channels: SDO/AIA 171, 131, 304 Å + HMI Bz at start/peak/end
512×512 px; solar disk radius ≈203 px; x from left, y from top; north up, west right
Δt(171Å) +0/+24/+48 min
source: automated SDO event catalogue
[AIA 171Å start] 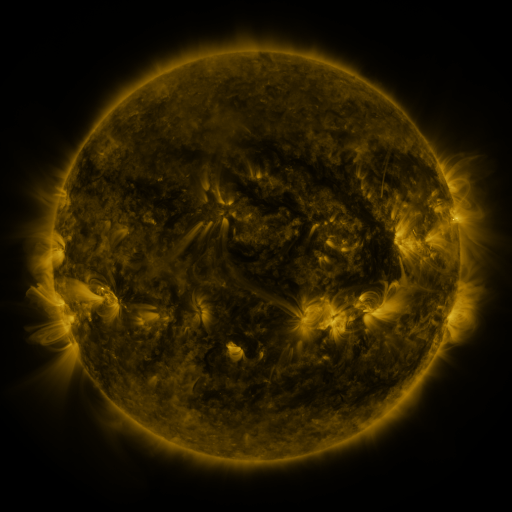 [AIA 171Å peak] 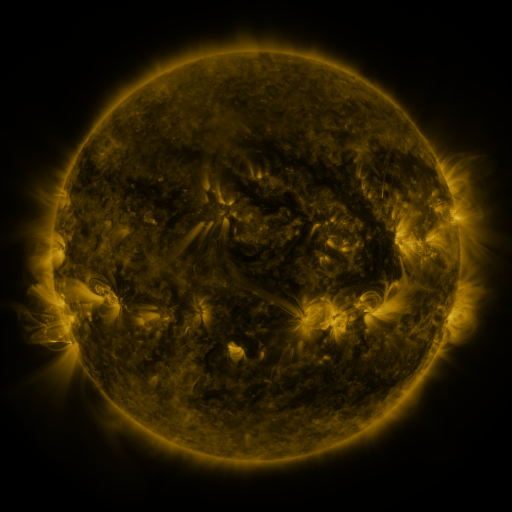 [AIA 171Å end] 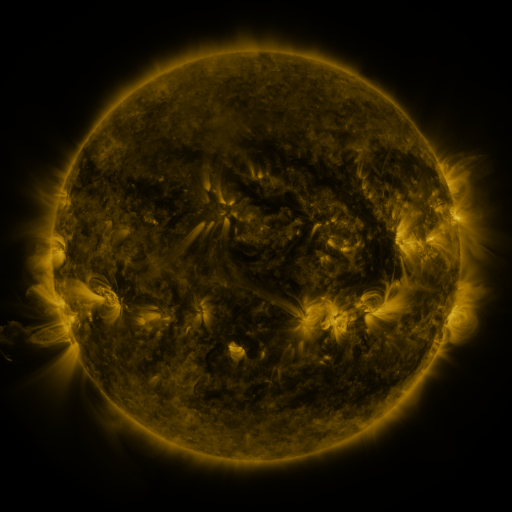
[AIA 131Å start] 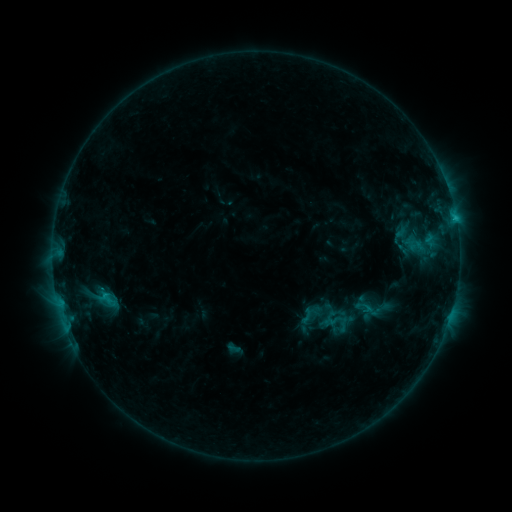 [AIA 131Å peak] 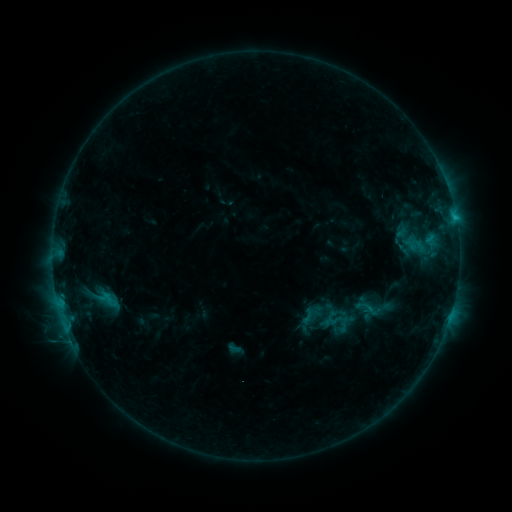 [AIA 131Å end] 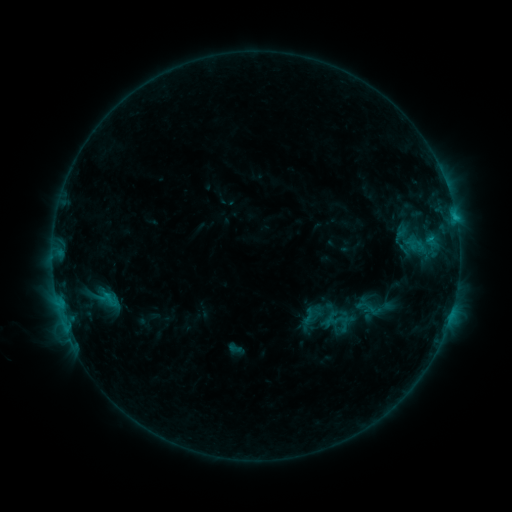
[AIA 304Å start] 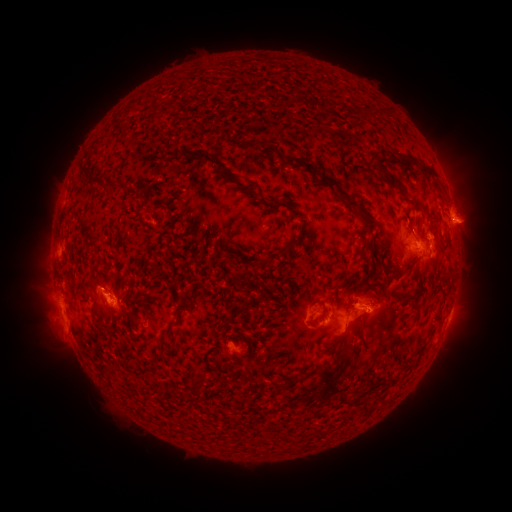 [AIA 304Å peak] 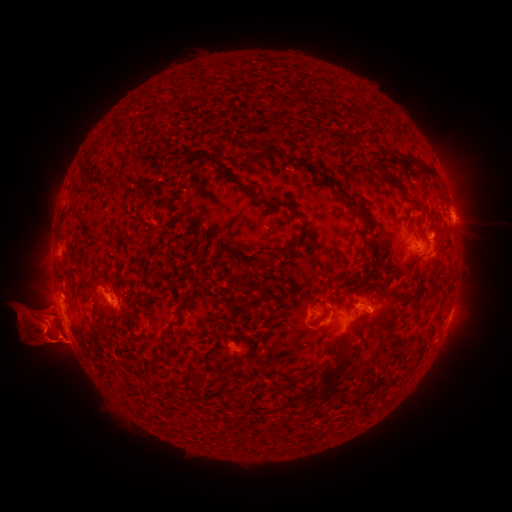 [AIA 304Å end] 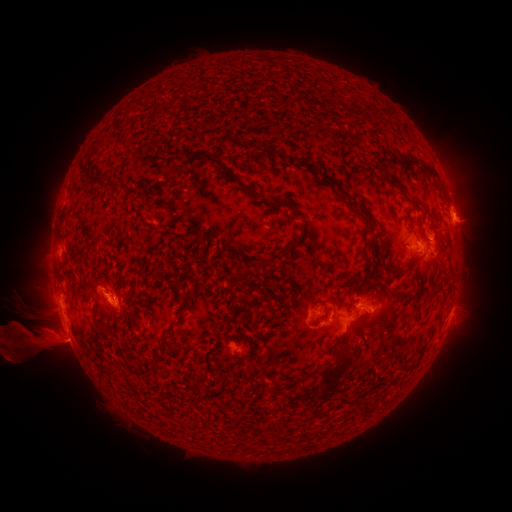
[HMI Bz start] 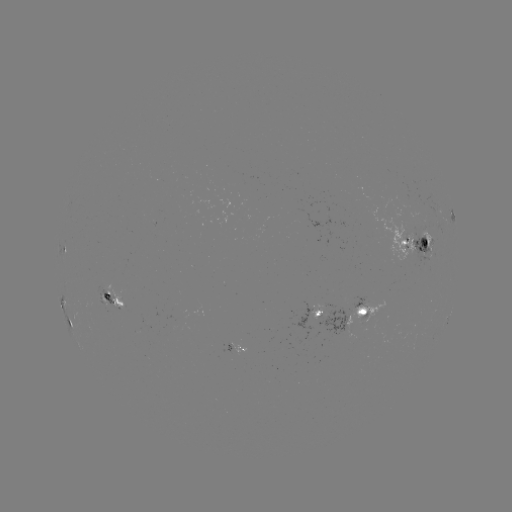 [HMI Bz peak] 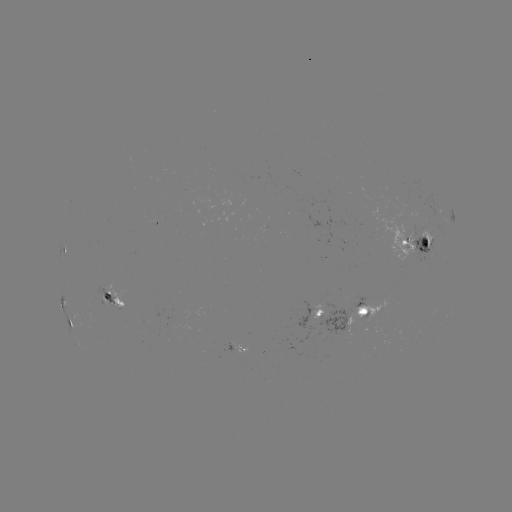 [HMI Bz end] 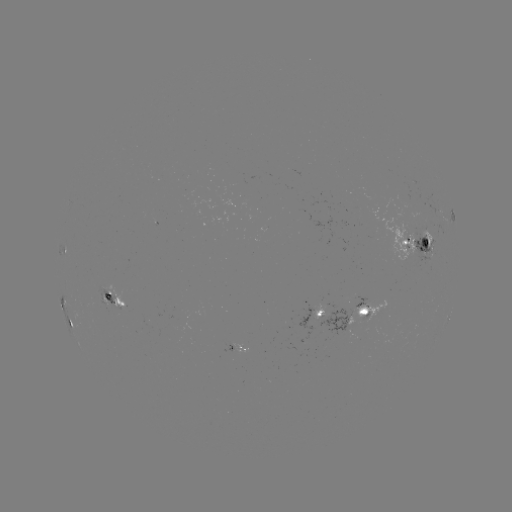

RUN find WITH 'eruption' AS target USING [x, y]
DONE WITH [43, 327] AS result